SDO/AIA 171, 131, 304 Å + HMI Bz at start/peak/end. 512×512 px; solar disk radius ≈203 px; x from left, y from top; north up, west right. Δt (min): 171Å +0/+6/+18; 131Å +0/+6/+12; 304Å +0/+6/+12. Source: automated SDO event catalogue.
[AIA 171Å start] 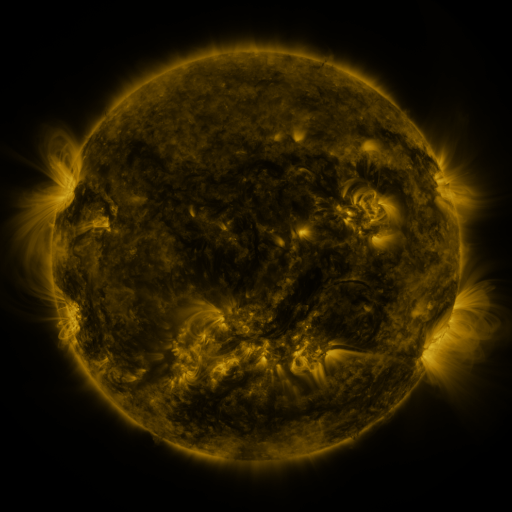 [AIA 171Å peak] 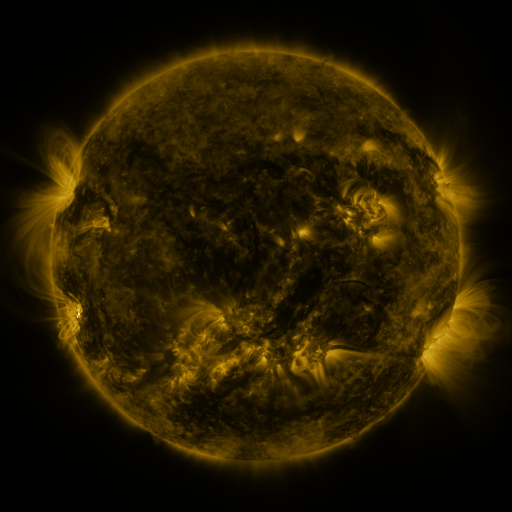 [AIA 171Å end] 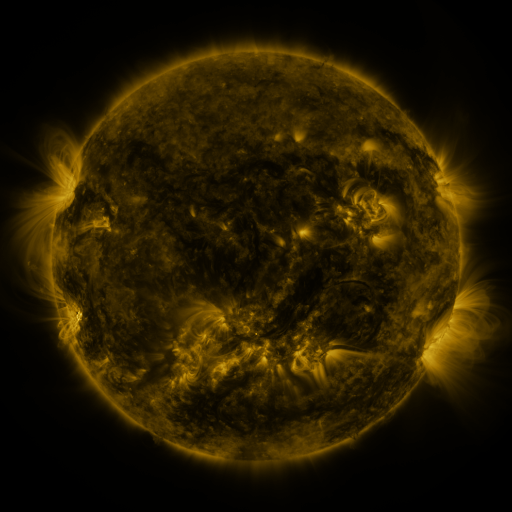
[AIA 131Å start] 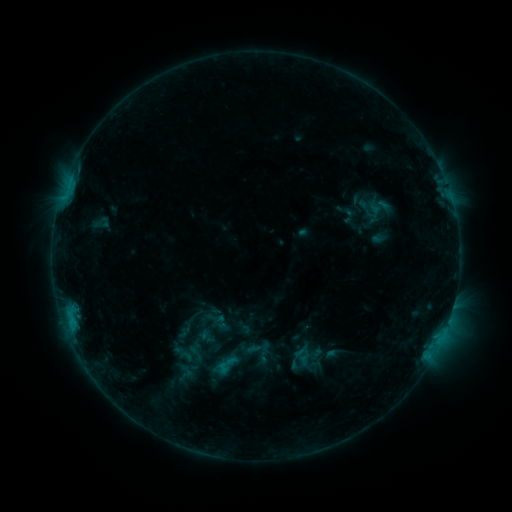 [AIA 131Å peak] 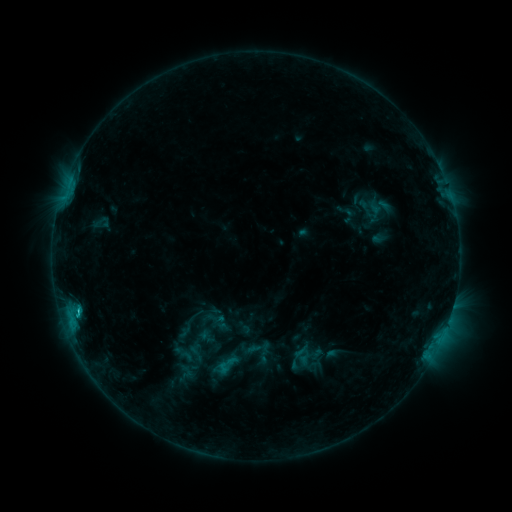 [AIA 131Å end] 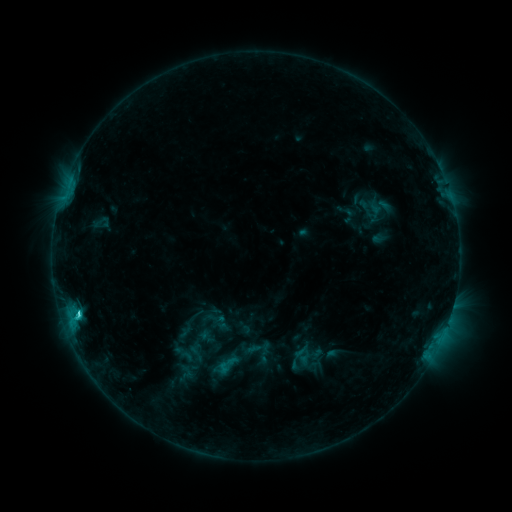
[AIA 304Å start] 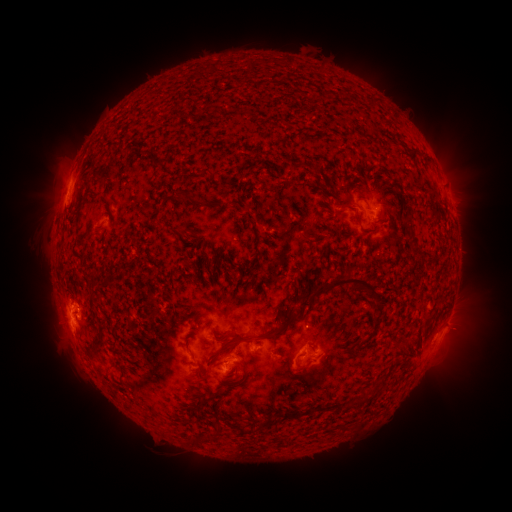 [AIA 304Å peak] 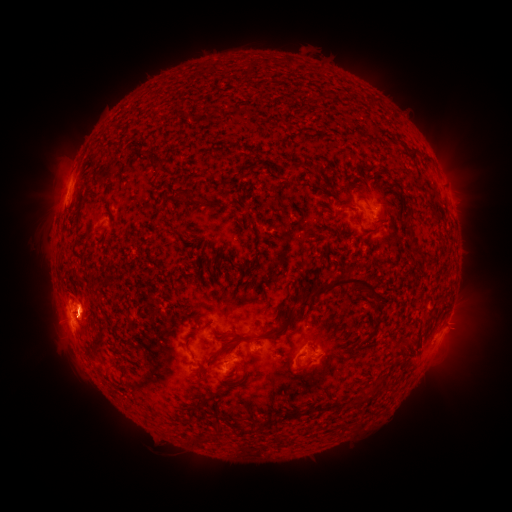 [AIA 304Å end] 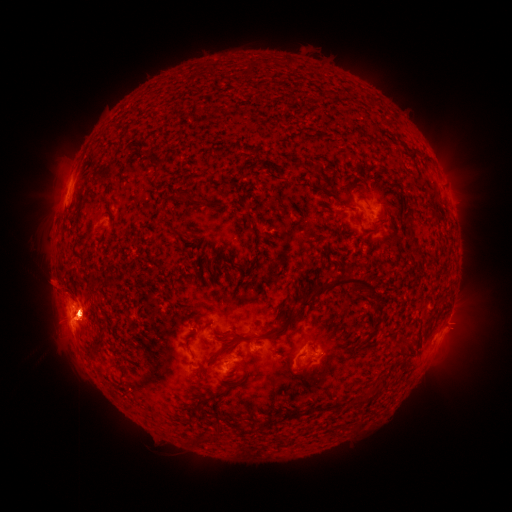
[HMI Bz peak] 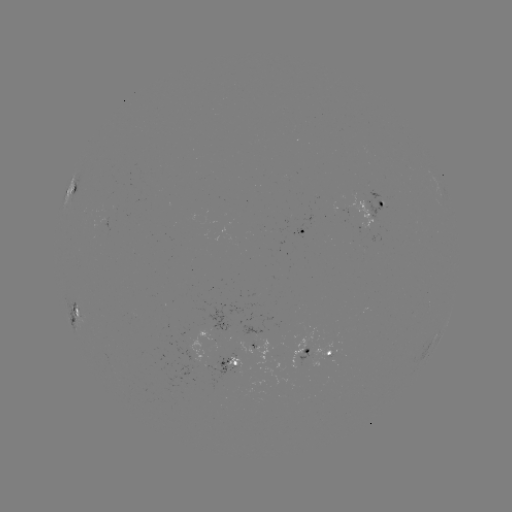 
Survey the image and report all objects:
C3.0 flare: (78, 307)
